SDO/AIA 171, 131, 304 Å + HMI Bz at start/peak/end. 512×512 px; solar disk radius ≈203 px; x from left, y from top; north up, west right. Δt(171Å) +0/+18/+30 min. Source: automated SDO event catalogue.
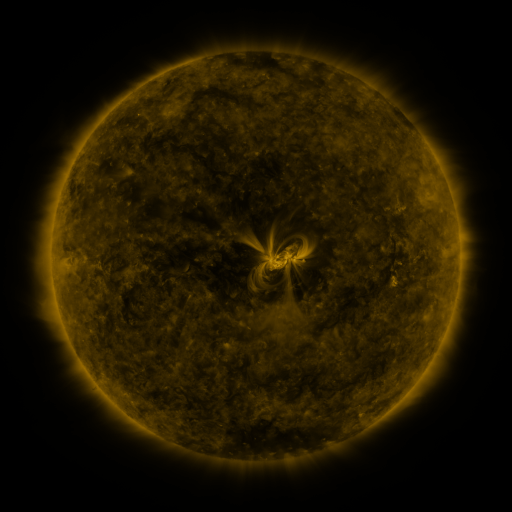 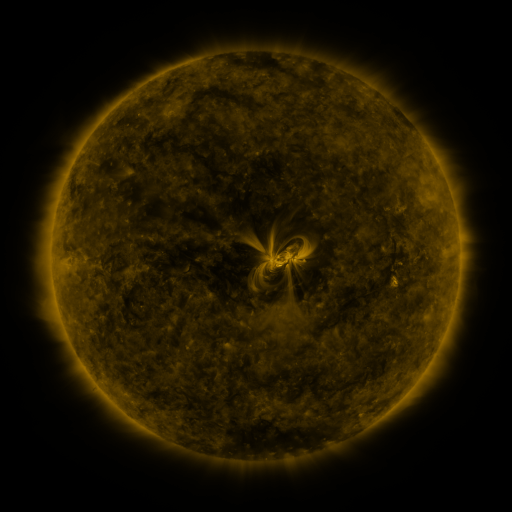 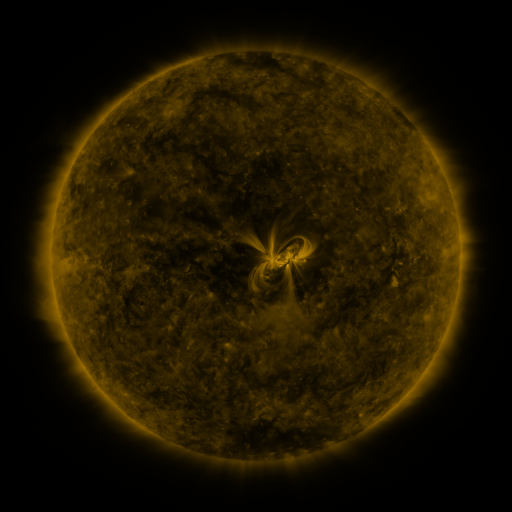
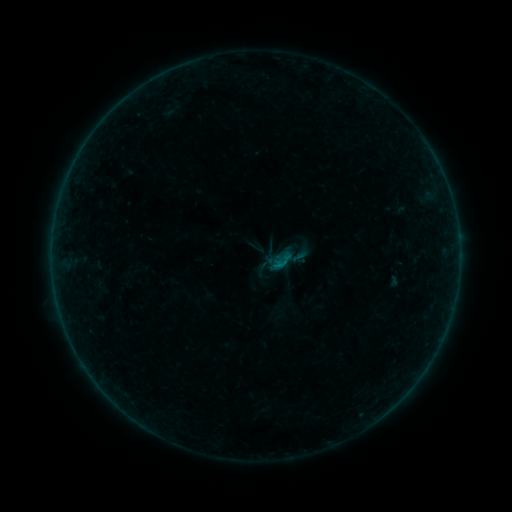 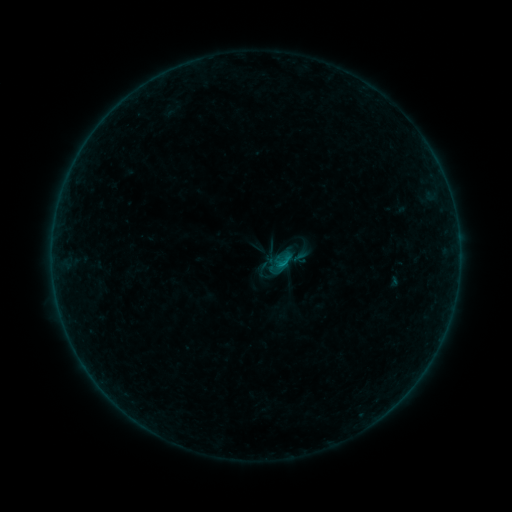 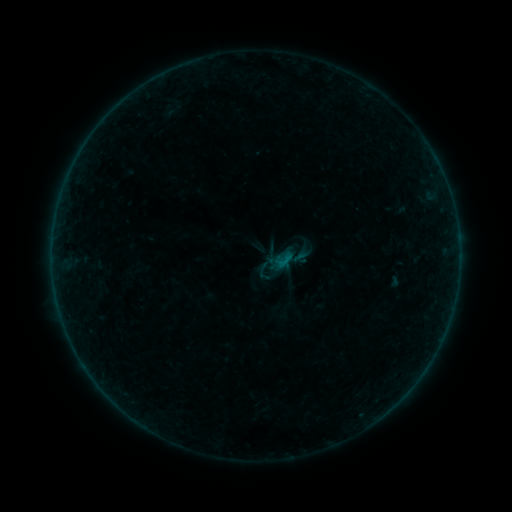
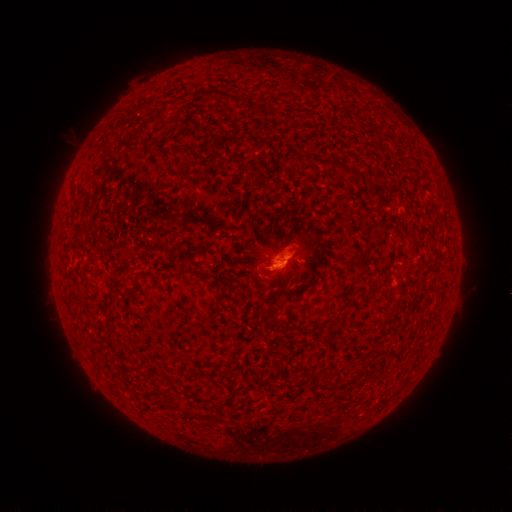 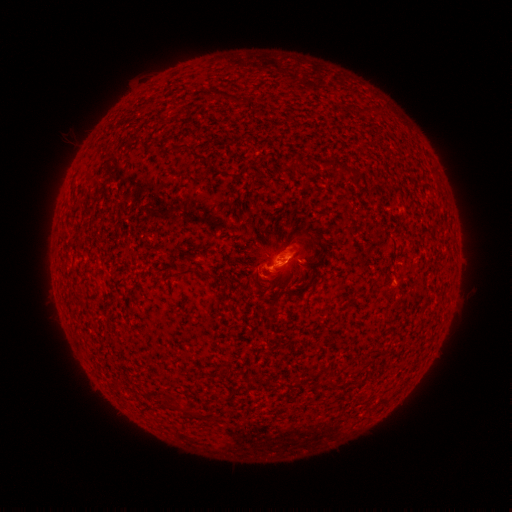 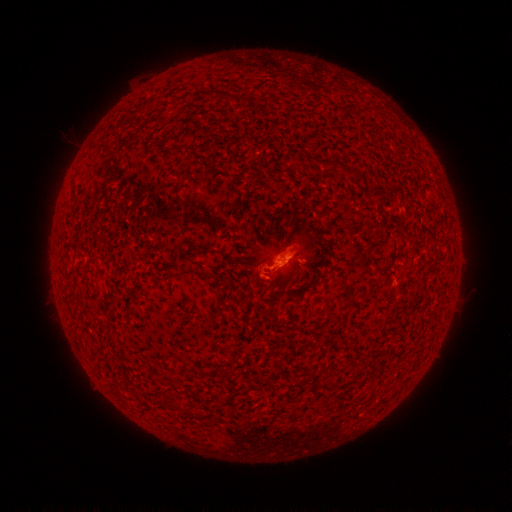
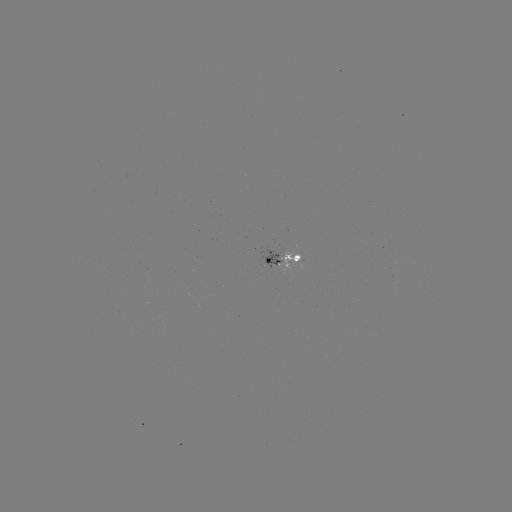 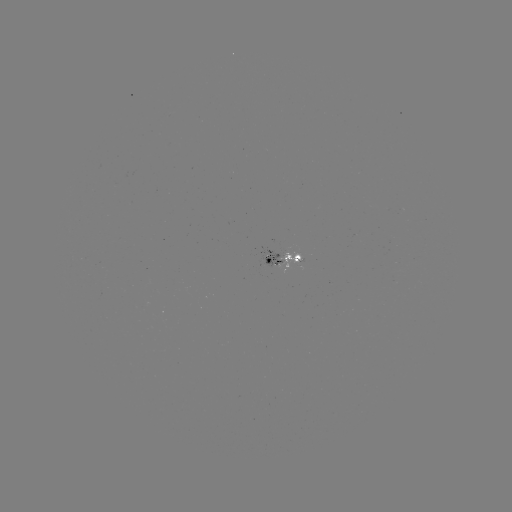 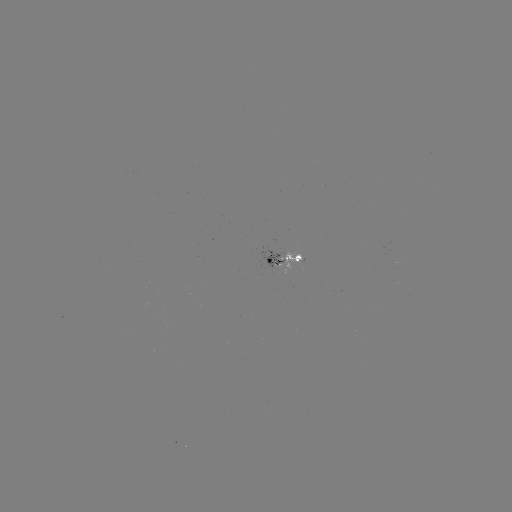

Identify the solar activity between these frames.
B3.3 flare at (280, 260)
